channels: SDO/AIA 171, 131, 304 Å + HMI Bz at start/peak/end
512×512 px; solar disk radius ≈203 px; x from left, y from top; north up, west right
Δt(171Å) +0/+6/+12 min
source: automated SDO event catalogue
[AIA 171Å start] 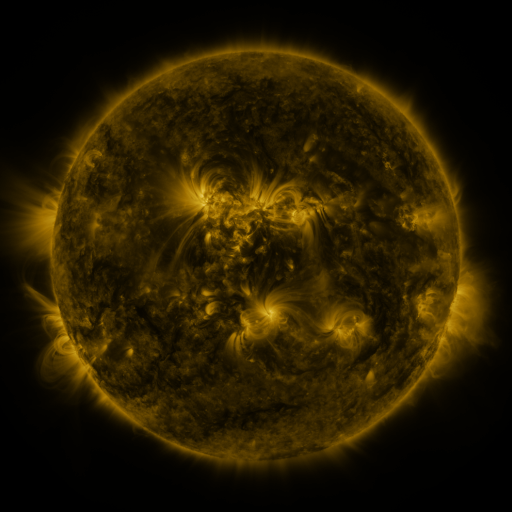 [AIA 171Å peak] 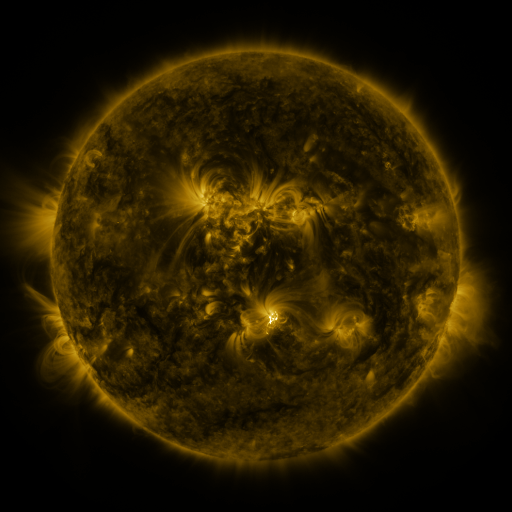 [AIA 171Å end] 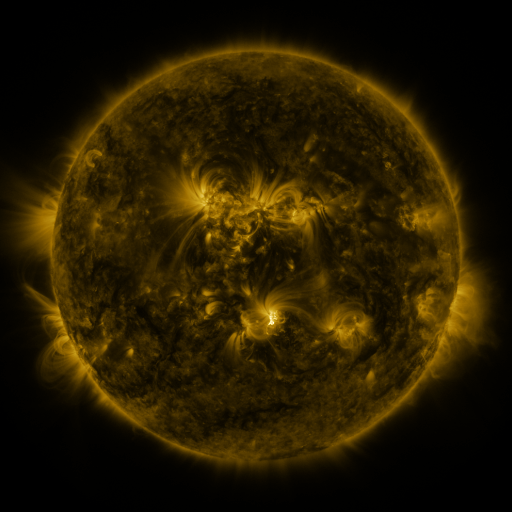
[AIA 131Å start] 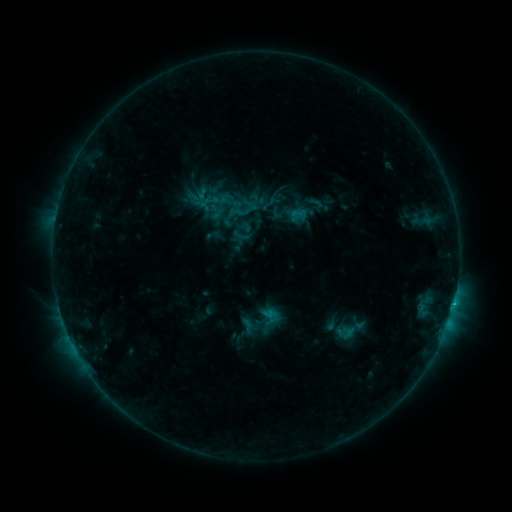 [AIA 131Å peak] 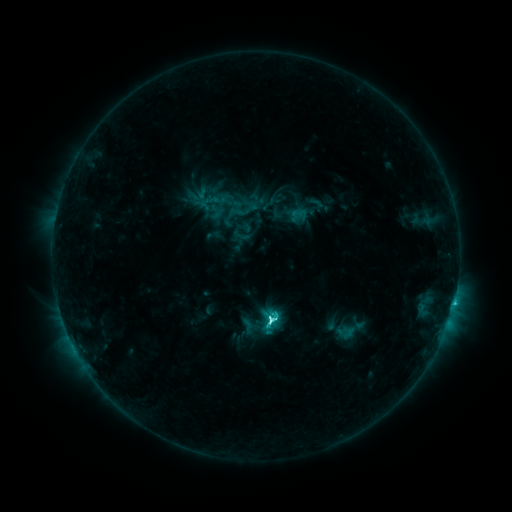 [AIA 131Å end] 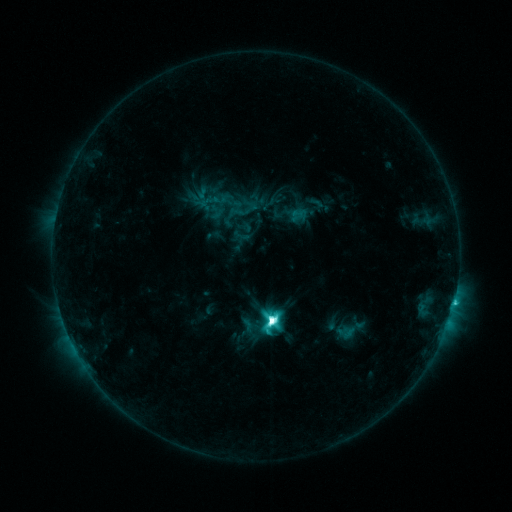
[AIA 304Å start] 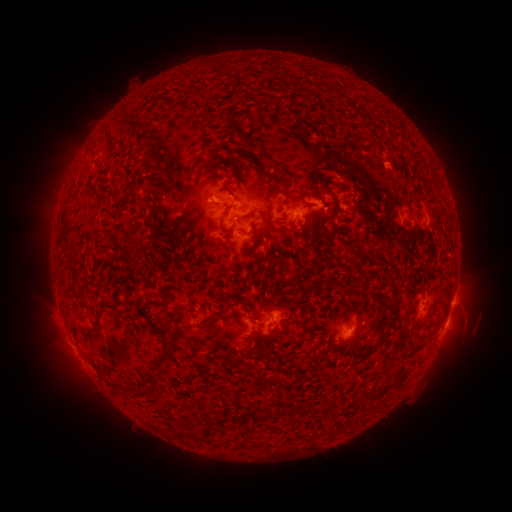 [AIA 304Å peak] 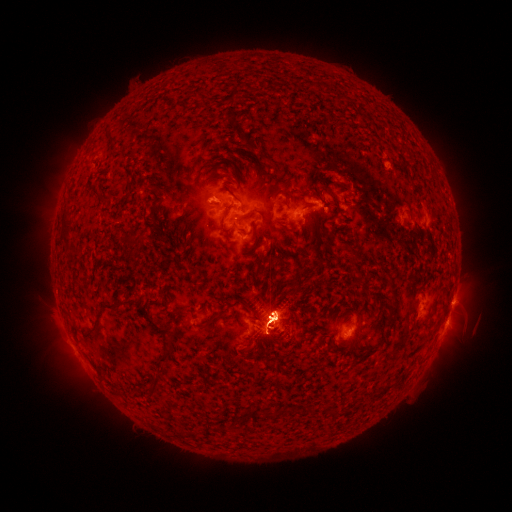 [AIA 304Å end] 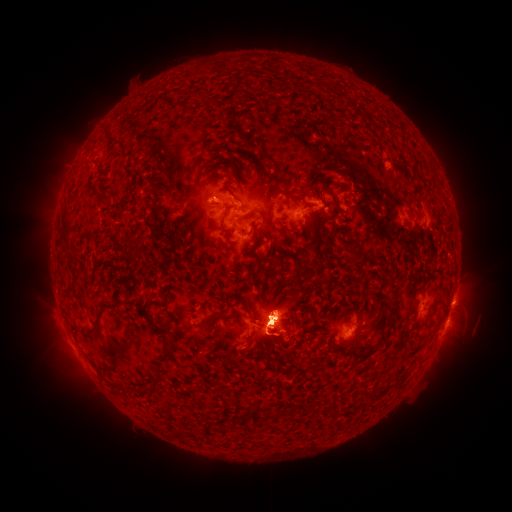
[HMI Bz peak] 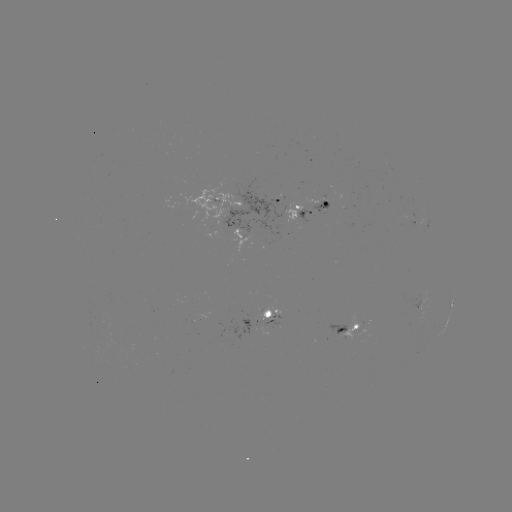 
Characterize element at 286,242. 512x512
eruption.